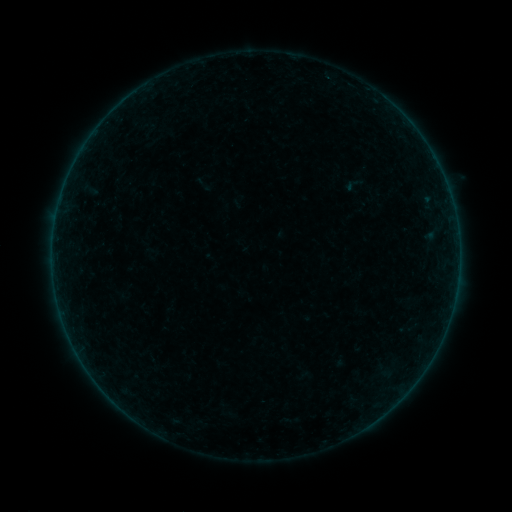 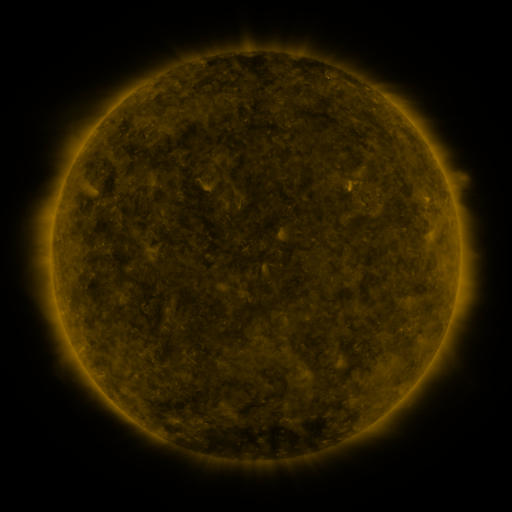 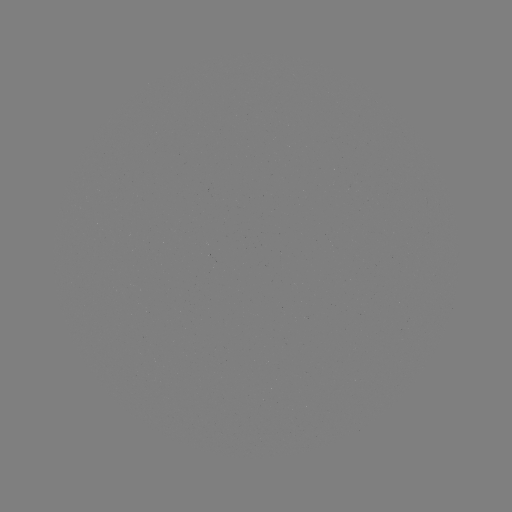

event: sigmoid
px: (354, 184)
